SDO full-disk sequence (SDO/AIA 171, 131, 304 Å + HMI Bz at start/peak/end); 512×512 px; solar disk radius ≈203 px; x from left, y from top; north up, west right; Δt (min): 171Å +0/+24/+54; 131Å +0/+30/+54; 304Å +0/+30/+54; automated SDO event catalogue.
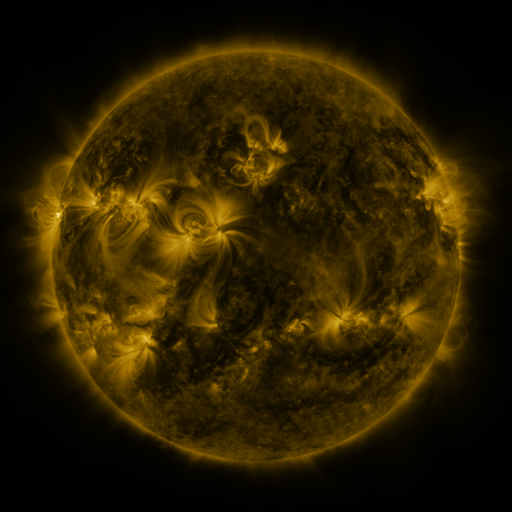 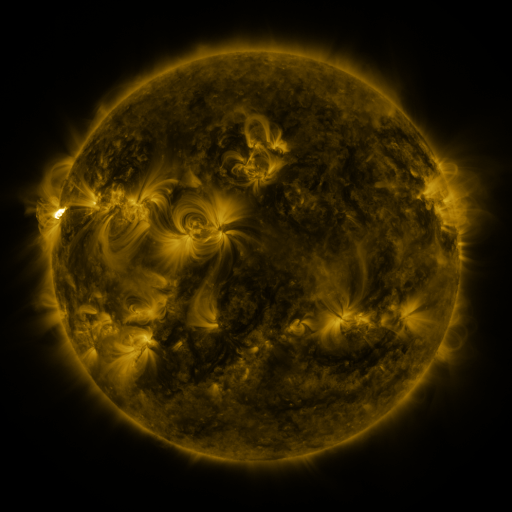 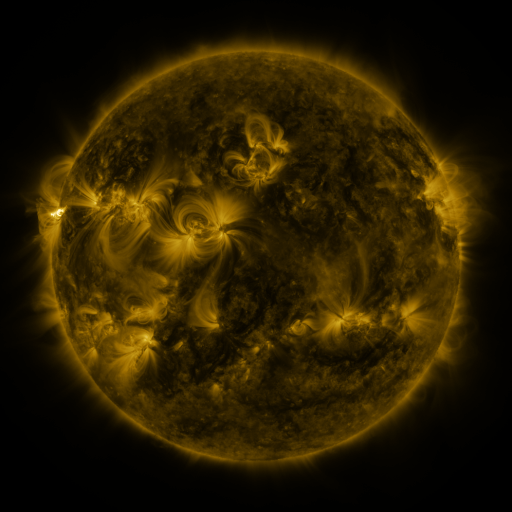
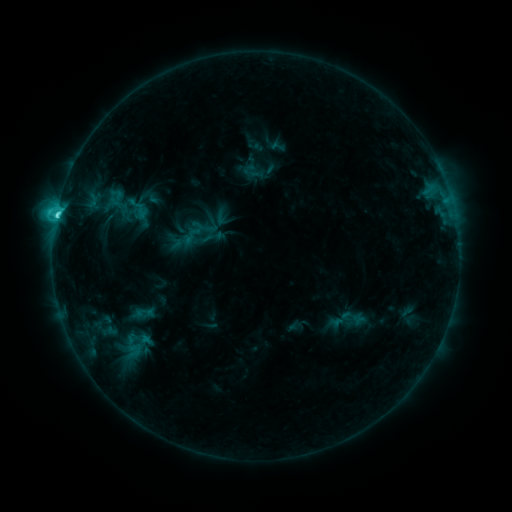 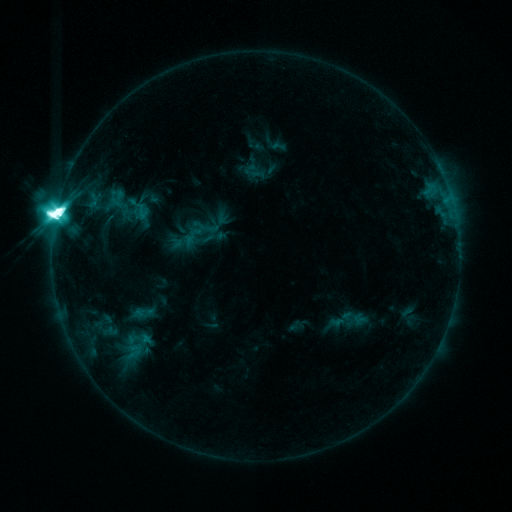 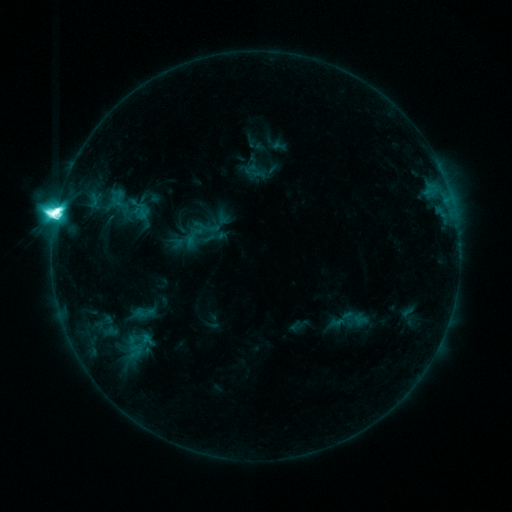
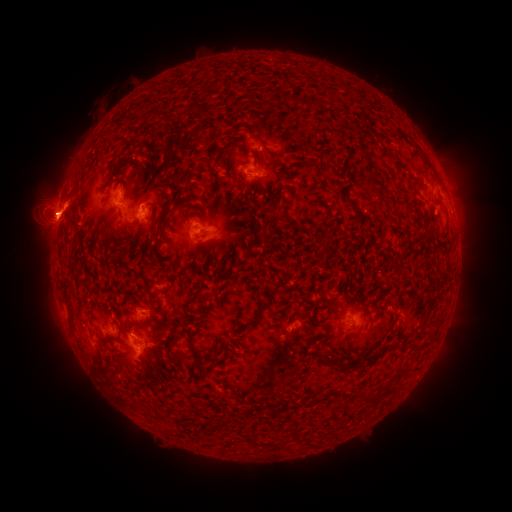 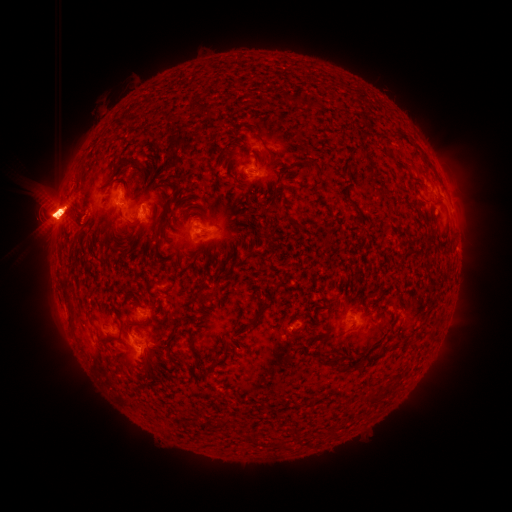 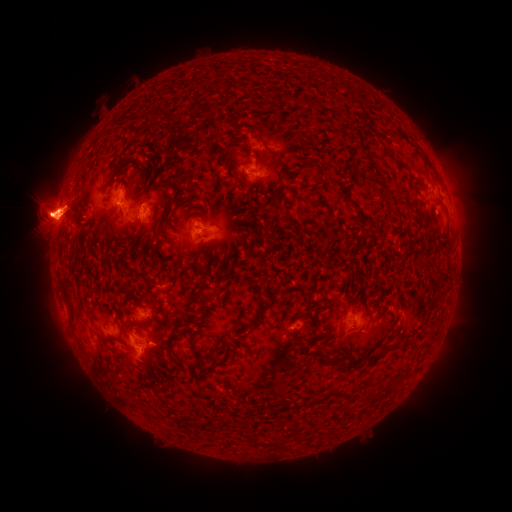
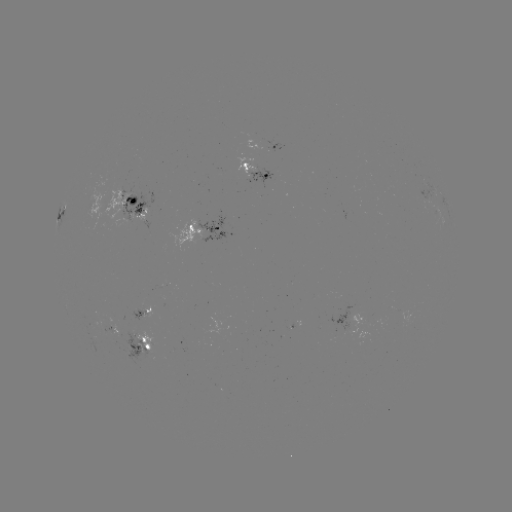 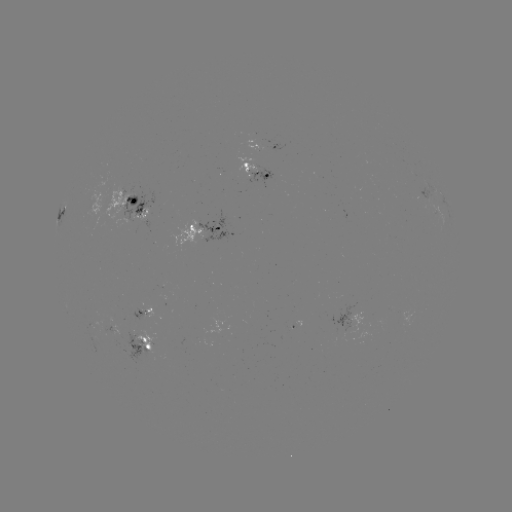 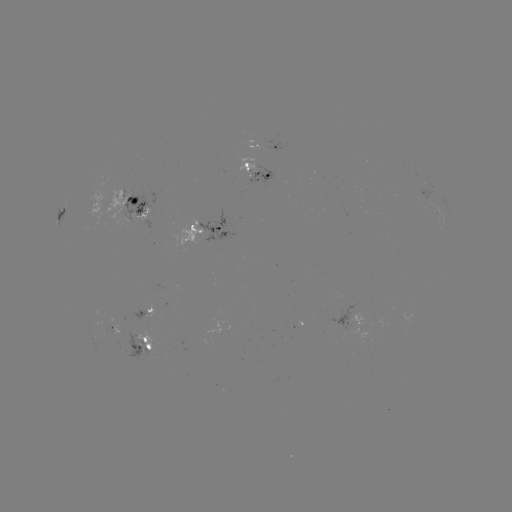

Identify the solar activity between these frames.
eruption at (77, 218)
